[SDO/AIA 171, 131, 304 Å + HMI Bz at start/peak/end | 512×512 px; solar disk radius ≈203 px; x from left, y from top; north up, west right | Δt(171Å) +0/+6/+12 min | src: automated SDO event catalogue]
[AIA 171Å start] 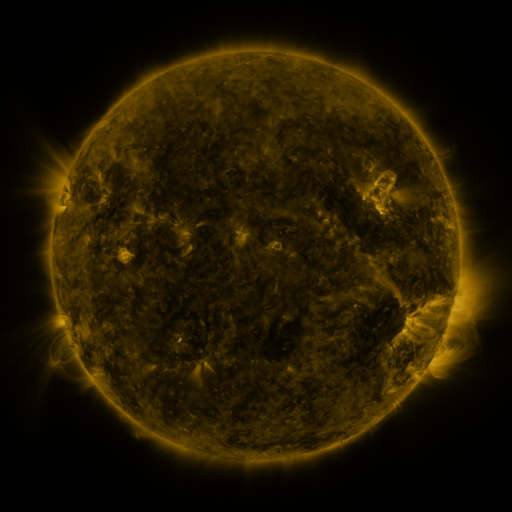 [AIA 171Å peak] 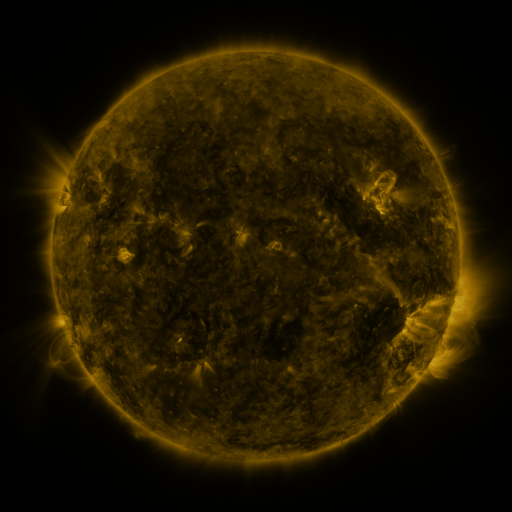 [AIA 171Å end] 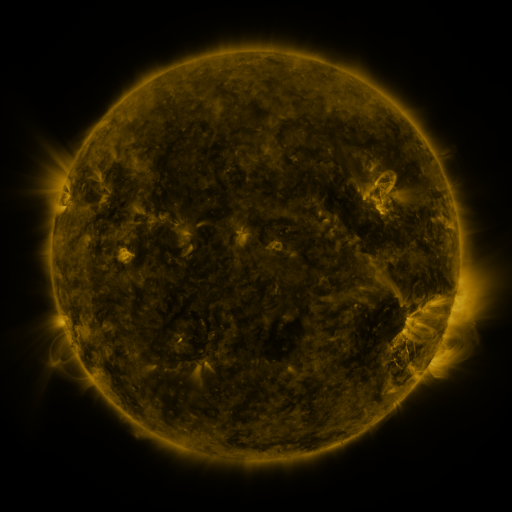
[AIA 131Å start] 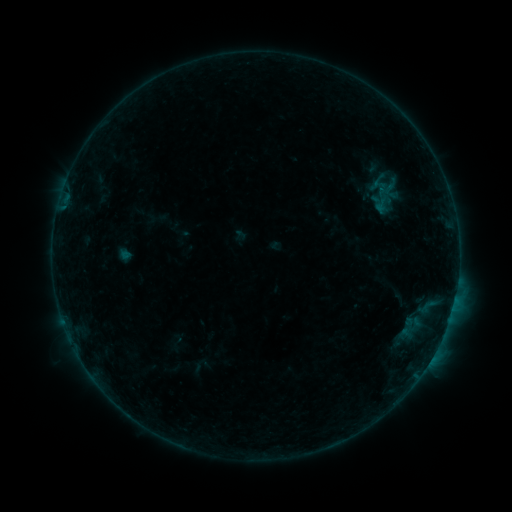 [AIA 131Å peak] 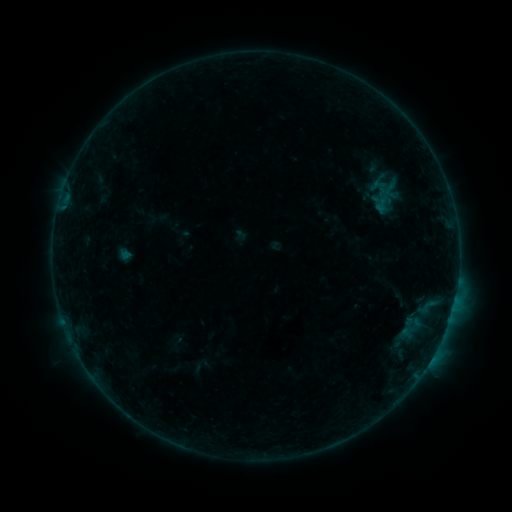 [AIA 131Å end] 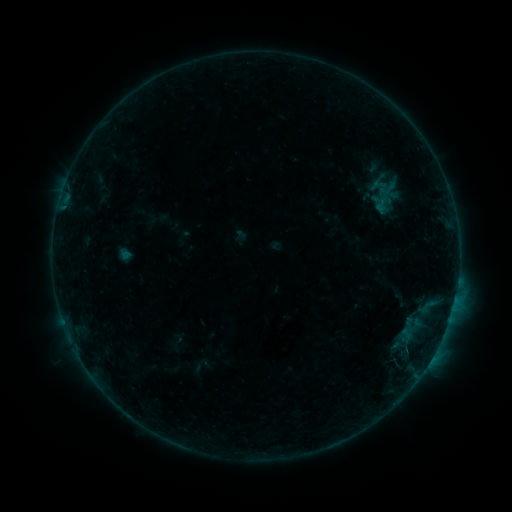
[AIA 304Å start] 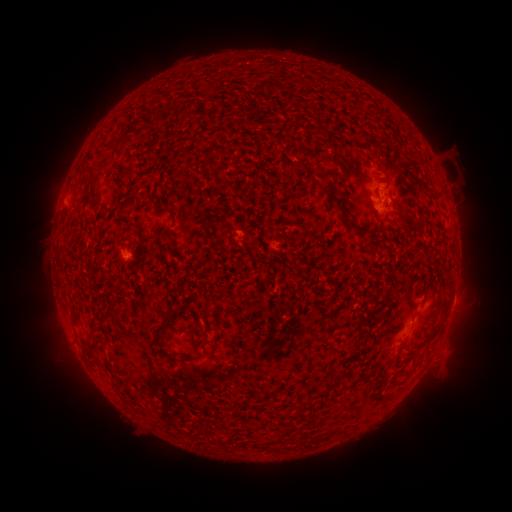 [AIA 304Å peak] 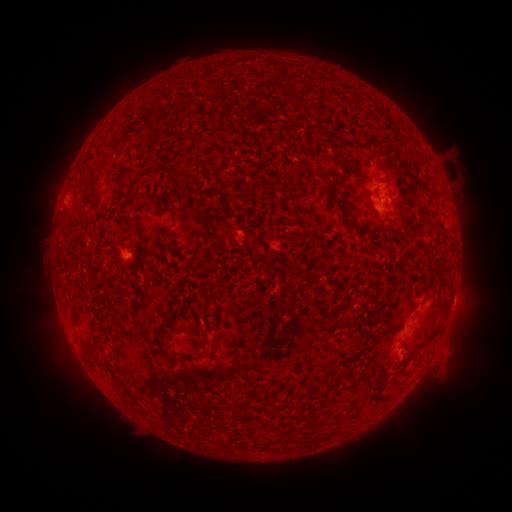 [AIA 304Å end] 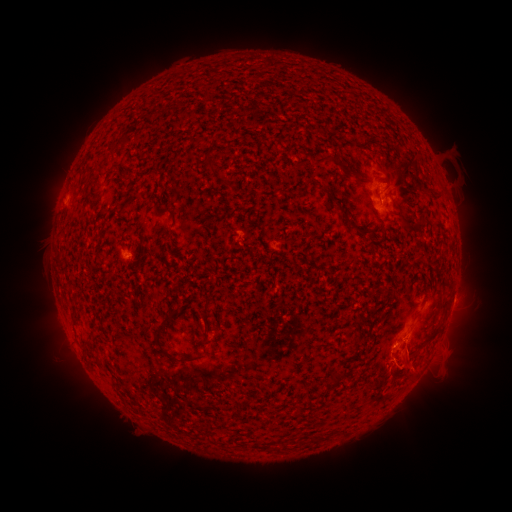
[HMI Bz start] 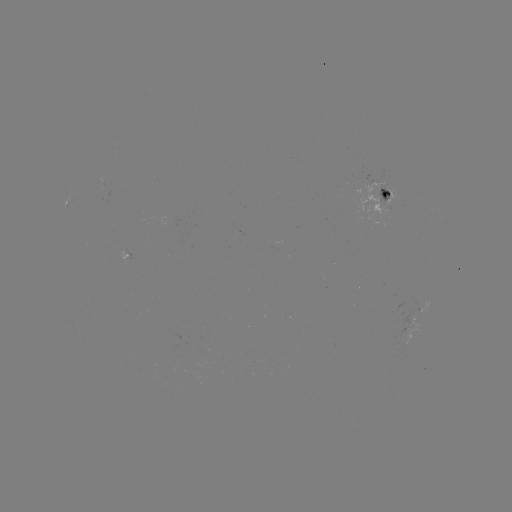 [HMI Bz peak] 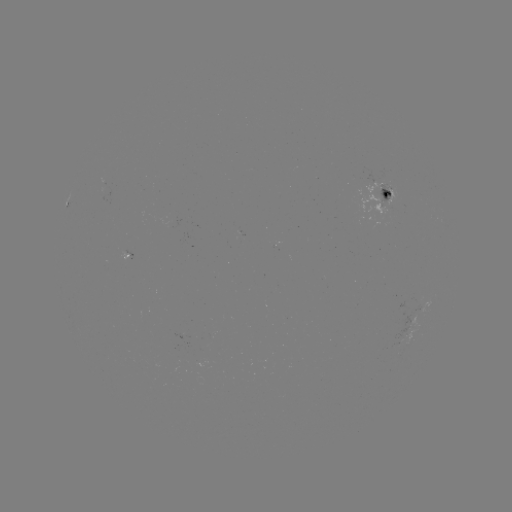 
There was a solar eruption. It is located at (401, 358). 